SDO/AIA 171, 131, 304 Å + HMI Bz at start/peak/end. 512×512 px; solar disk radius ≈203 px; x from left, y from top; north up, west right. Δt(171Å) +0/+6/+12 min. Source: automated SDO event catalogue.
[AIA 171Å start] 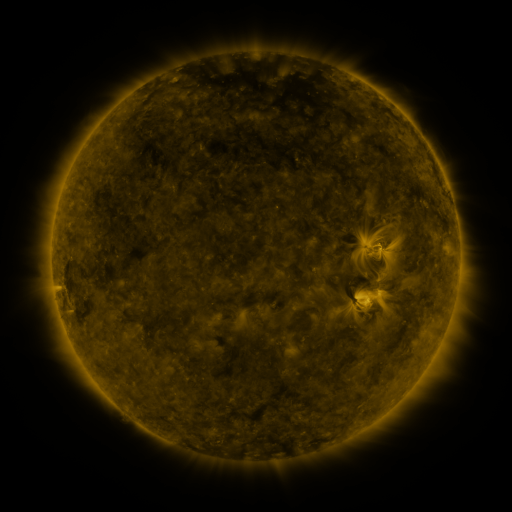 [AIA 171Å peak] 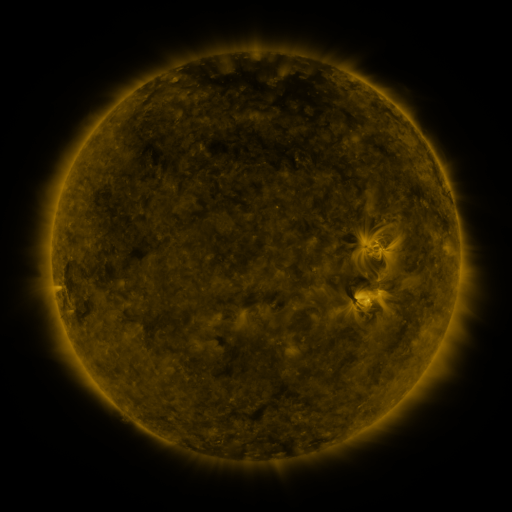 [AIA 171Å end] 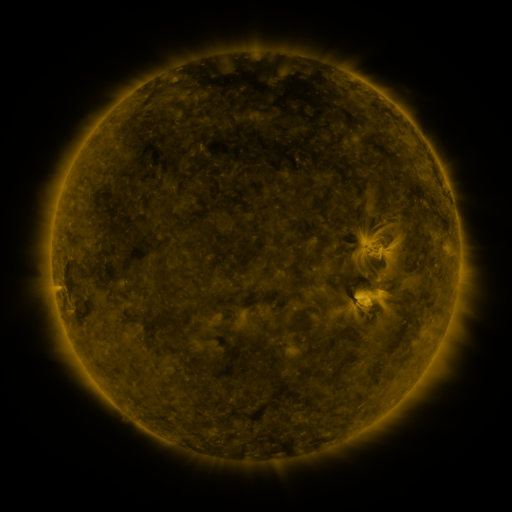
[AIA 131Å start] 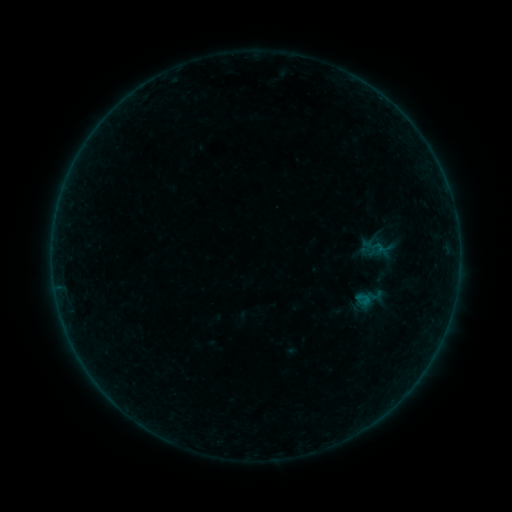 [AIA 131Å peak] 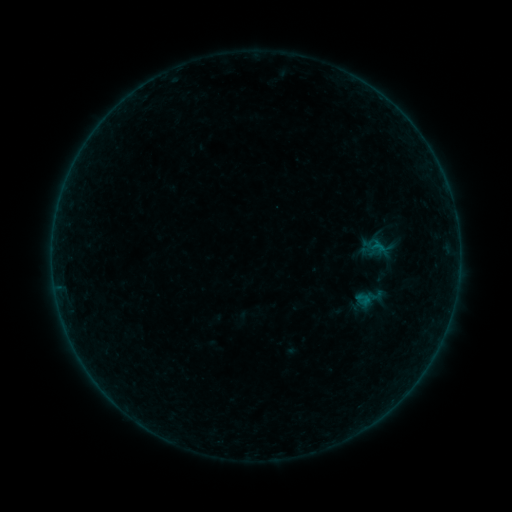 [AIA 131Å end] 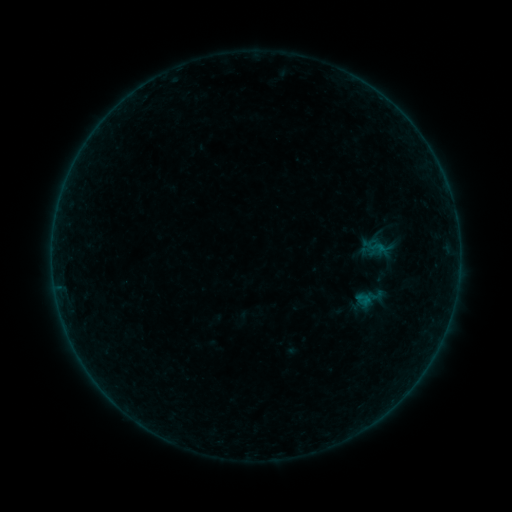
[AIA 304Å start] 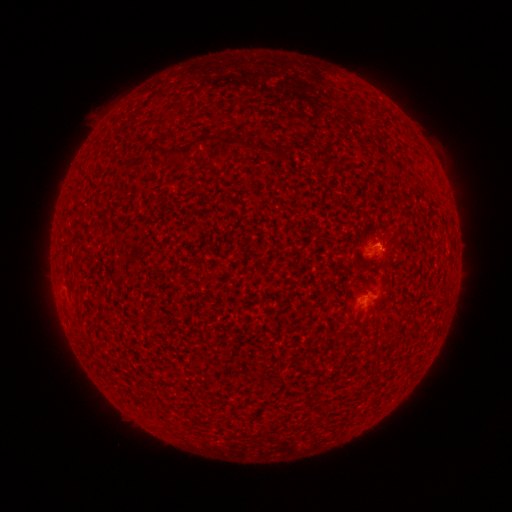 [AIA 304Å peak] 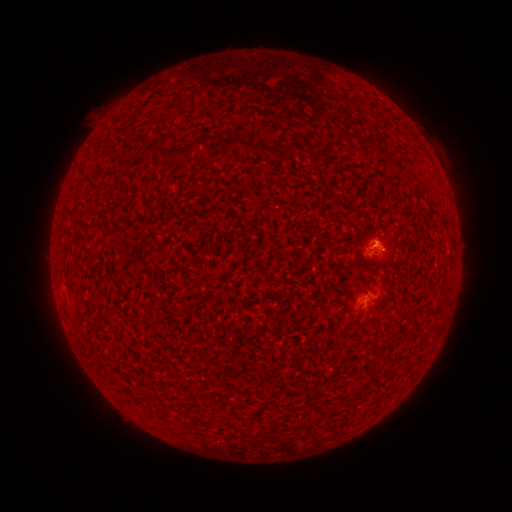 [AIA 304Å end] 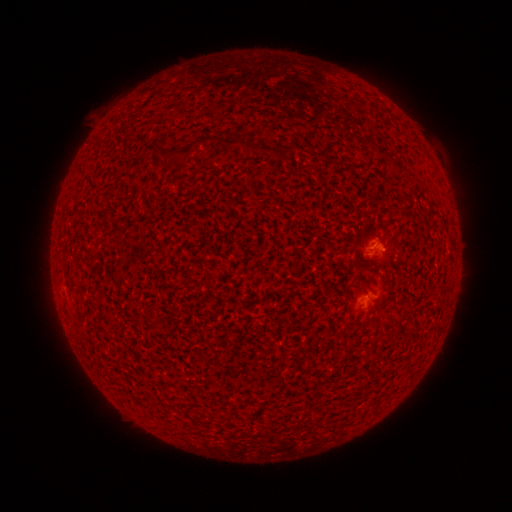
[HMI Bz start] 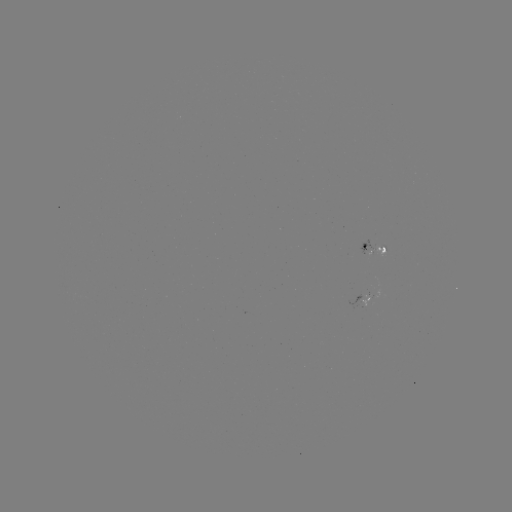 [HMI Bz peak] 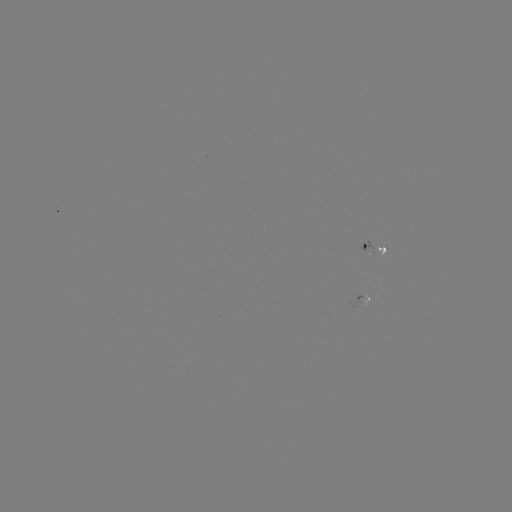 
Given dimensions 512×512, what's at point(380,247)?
B1.0 flare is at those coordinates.